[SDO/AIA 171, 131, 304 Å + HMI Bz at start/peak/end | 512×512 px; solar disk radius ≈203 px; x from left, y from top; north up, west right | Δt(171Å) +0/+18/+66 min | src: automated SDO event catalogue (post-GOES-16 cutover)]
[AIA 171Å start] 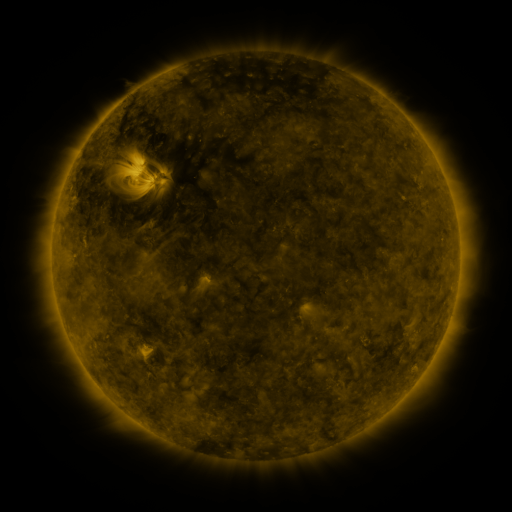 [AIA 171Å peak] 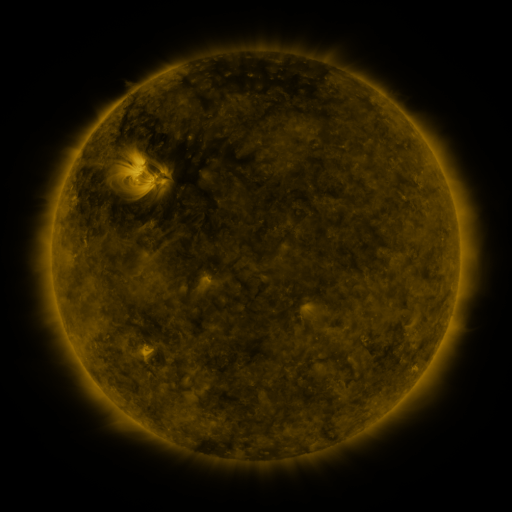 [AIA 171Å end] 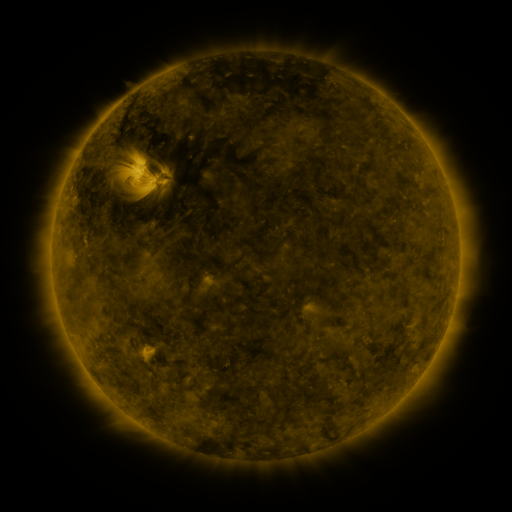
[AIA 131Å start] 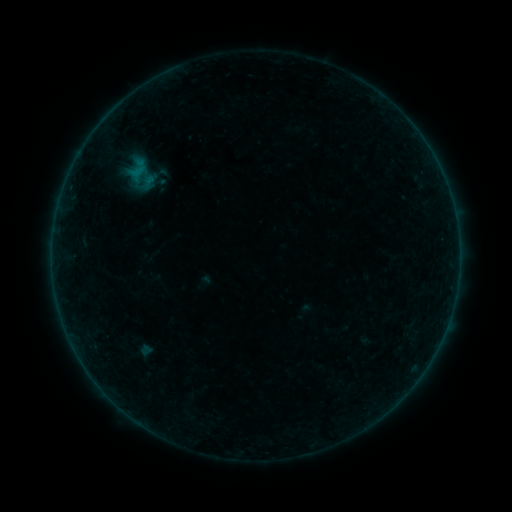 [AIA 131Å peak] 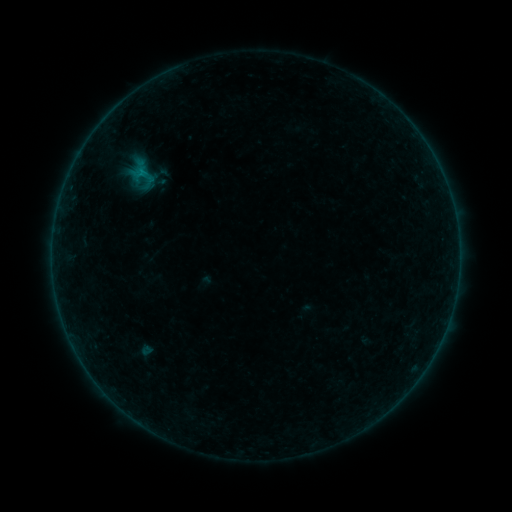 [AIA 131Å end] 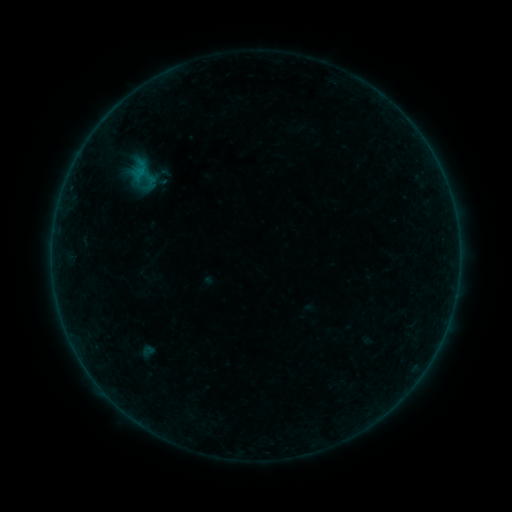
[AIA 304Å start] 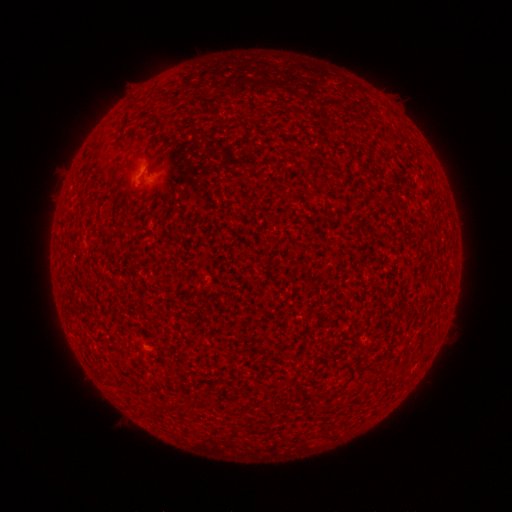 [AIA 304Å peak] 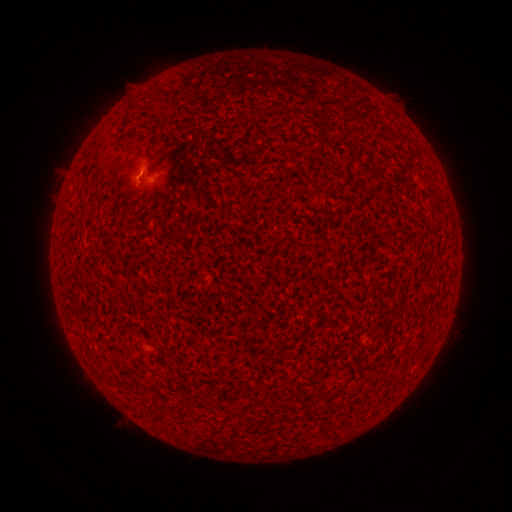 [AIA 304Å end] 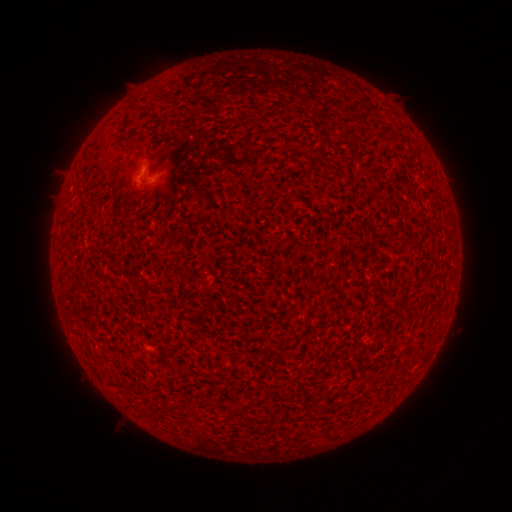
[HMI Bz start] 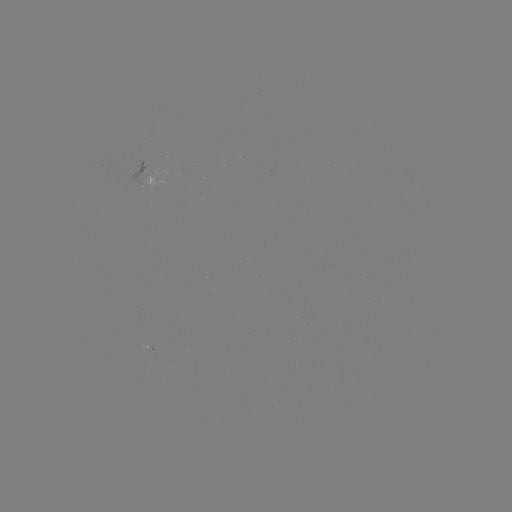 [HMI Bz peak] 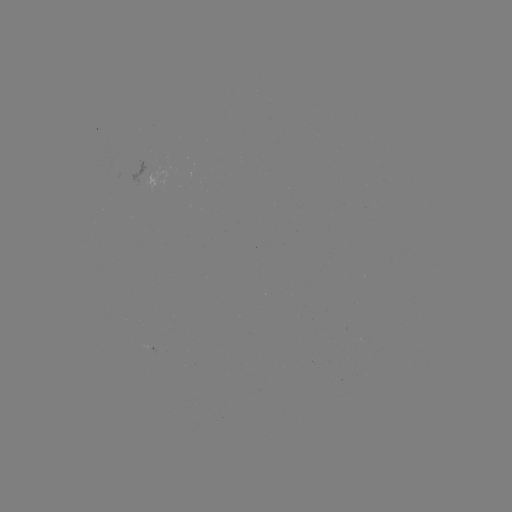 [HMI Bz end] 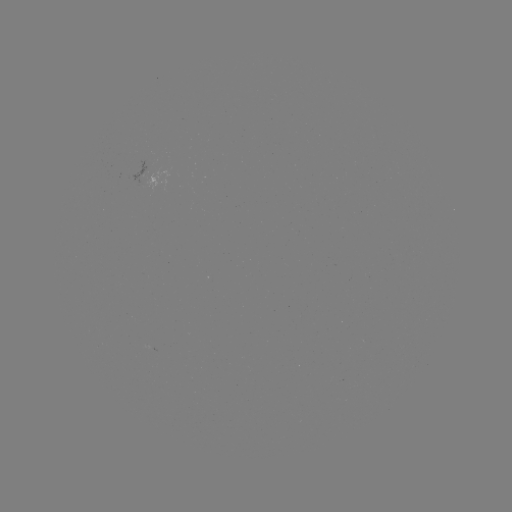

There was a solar flare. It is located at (142, 177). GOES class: B2.9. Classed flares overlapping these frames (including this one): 1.